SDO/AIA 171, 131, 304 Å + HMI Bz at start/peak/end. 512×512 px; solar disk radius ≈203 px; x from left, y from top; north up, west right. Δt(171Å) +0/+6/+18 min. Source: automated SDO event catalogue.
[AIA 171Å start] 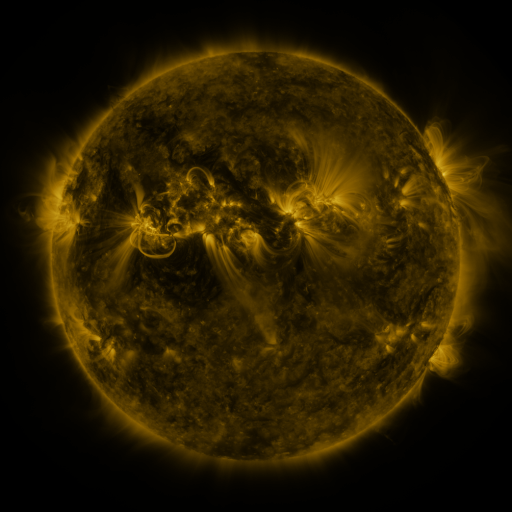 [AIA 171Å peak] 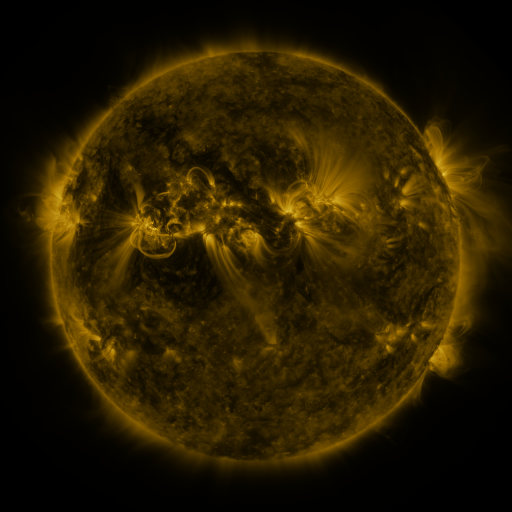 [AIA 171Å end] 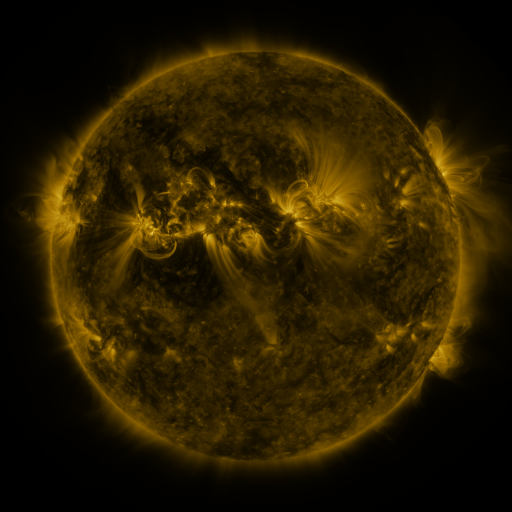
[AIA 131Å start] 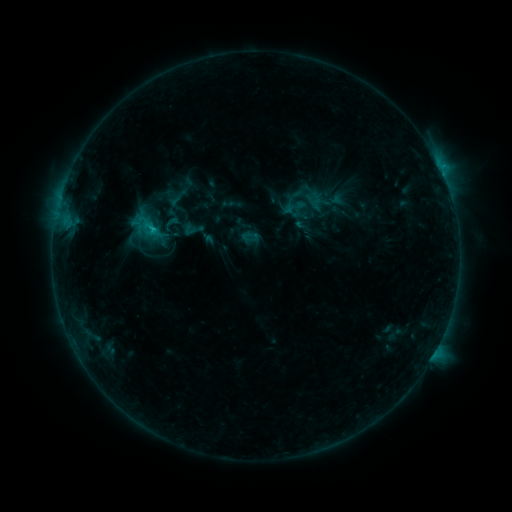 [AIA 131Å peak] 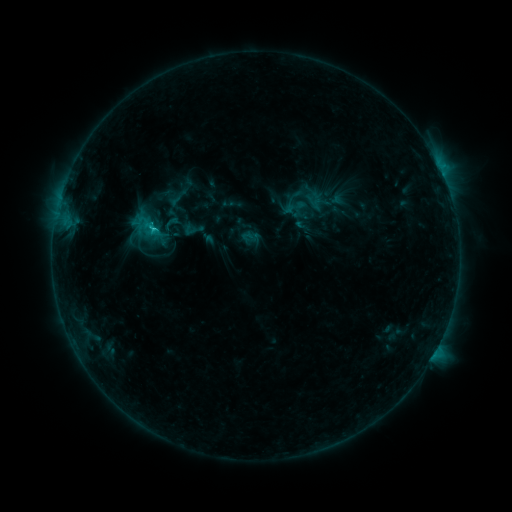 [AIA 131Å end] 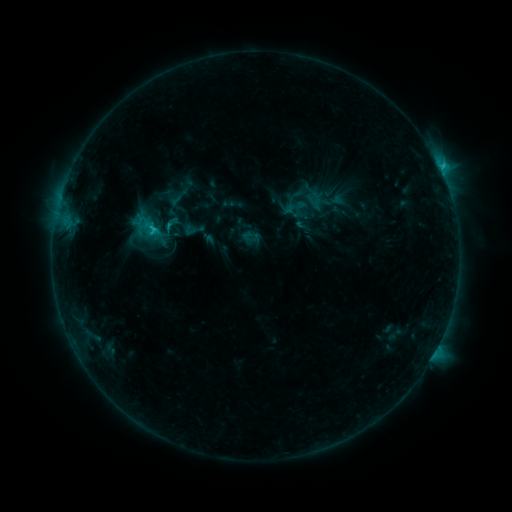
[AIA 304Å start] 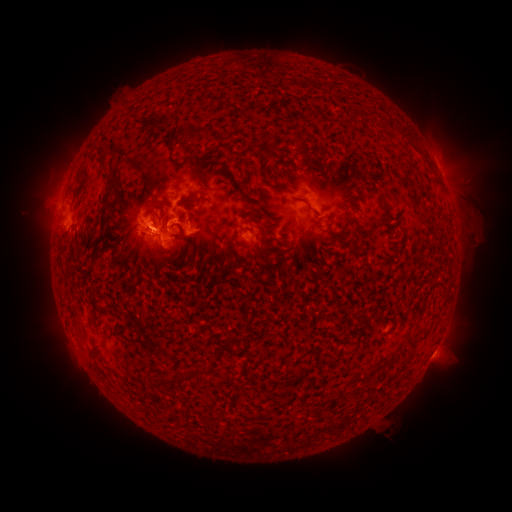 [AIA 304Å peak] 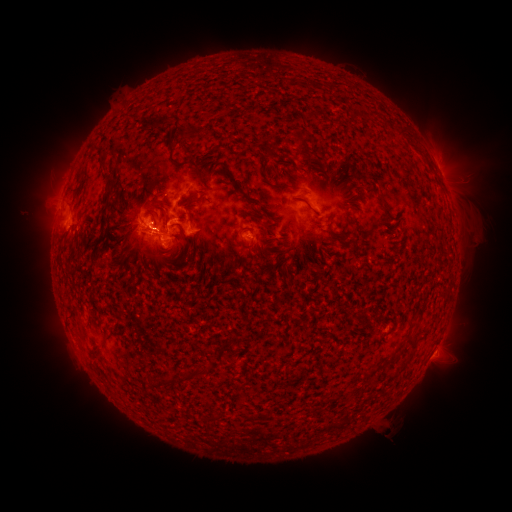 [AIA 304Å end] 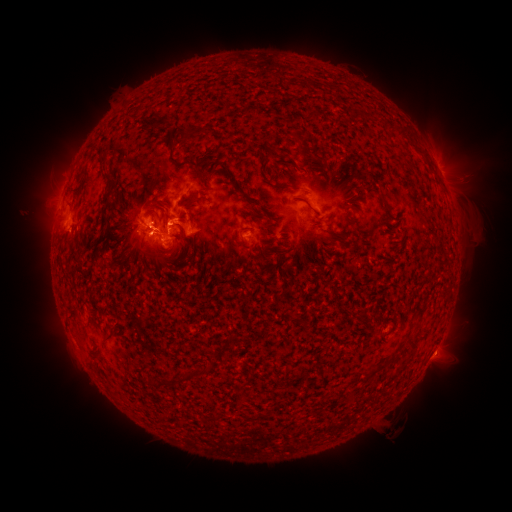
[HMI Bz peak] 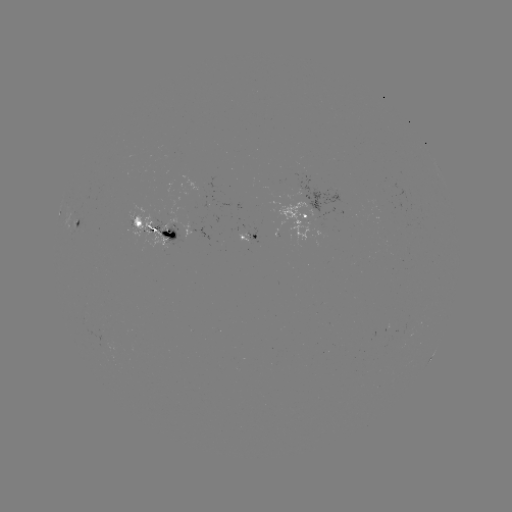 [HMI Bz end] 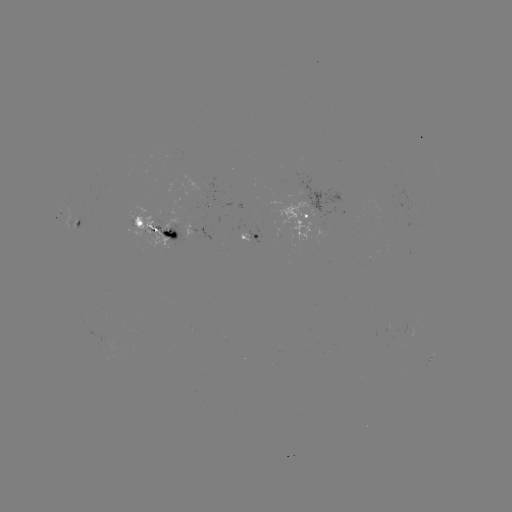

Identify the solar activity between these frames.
C3.3 flare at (153, 231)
